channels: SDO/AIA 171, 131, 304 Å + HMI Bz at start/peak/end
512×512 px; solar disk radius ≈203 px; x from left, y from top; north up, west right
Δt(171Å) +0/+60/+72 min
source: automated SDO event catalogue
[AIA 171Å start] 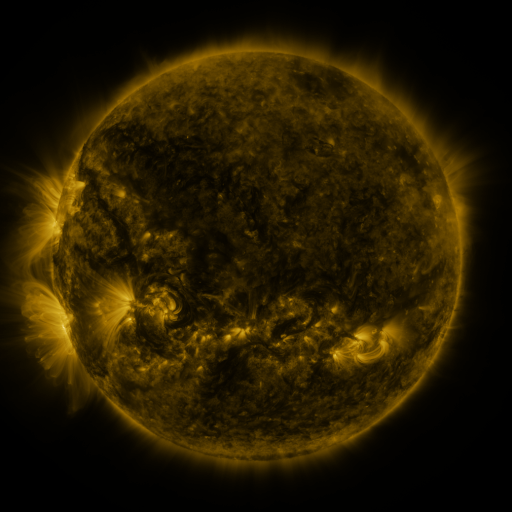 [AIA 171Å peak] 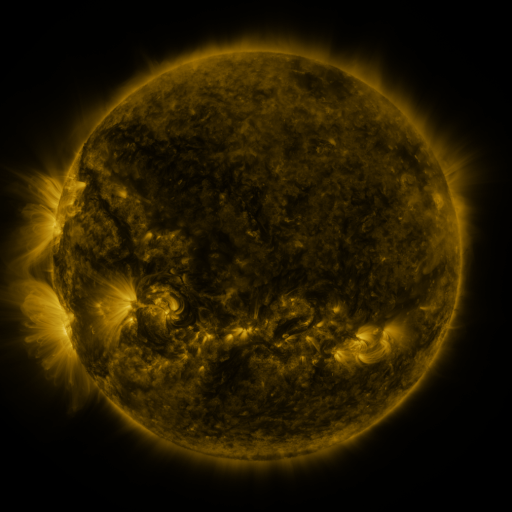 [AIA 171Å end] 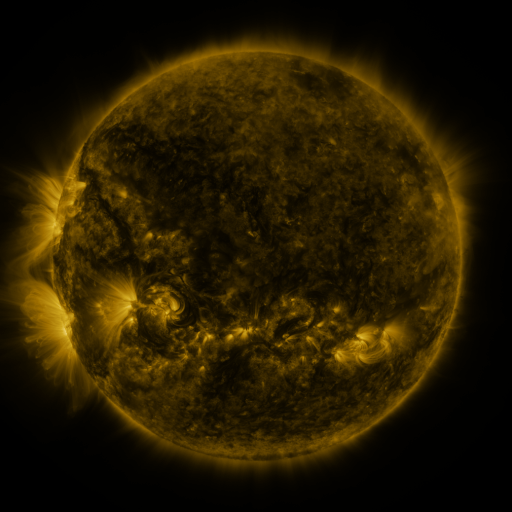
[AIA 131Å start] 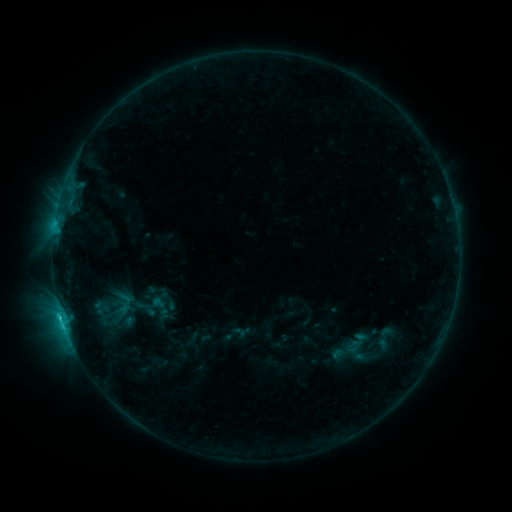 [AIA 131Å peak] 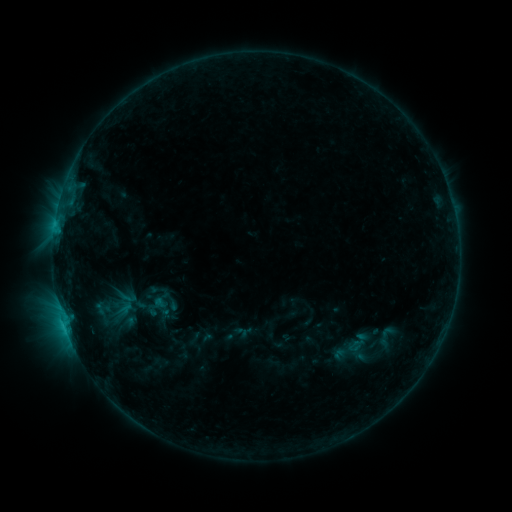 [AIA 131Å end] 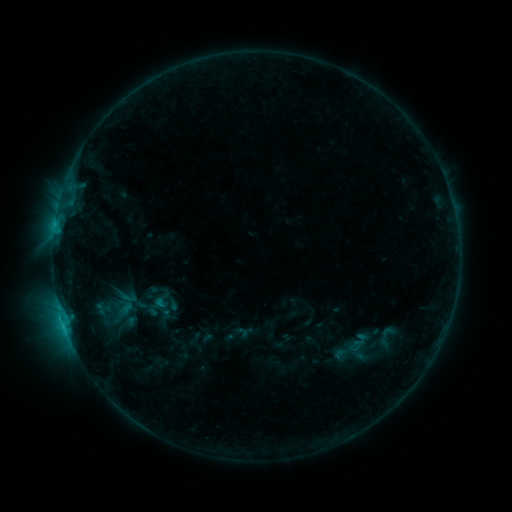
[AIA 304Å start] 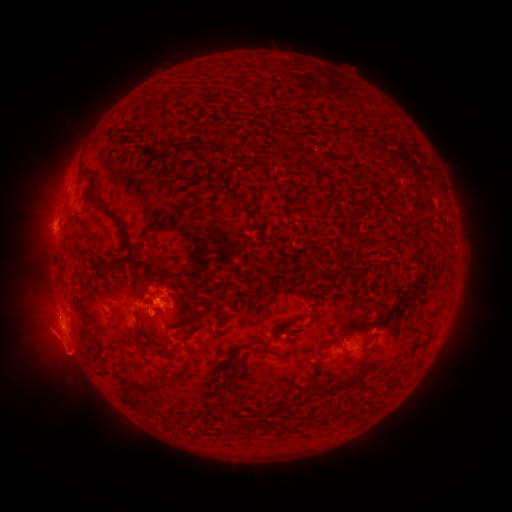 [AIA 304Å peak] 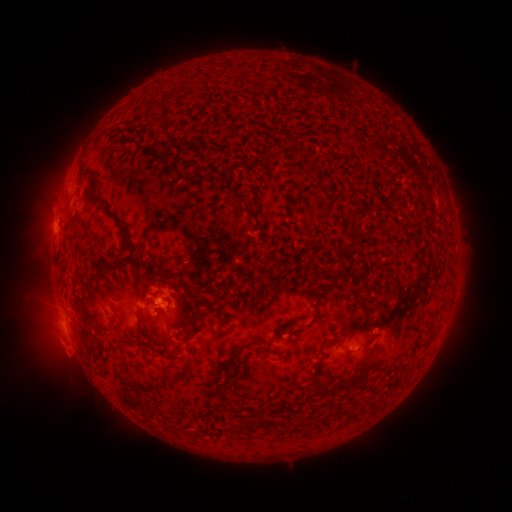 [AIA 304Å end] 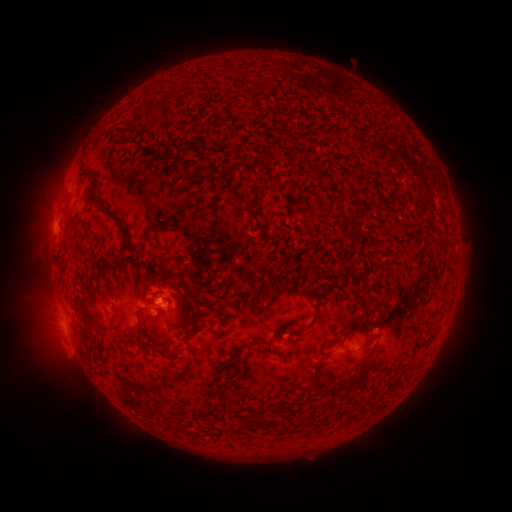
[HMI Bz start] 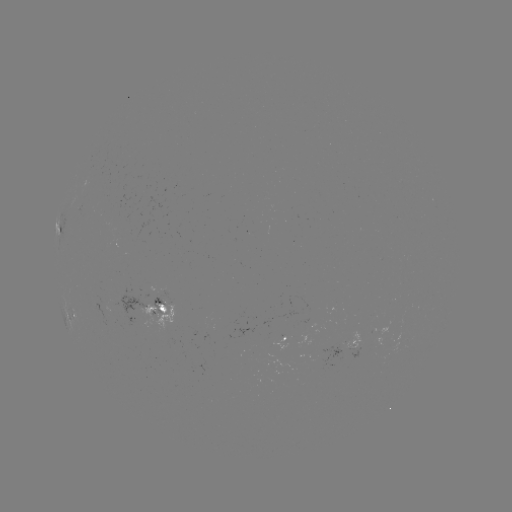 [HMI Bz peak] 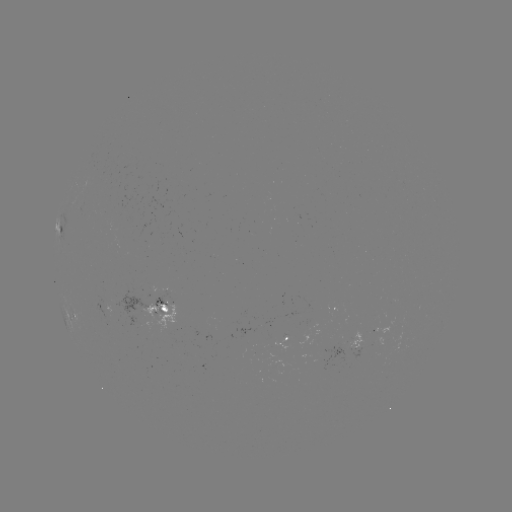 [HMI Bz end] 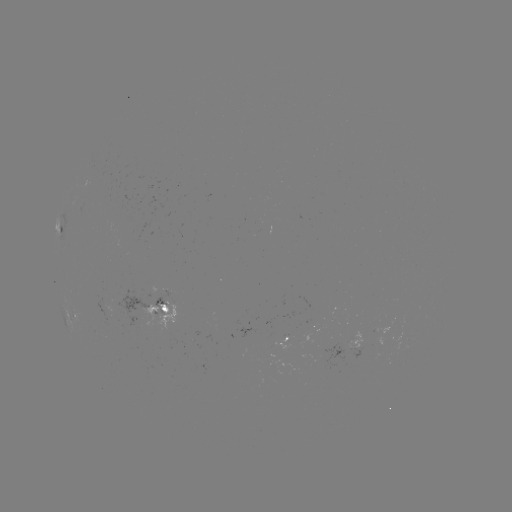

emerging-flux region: (151, 290, 170, 316)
